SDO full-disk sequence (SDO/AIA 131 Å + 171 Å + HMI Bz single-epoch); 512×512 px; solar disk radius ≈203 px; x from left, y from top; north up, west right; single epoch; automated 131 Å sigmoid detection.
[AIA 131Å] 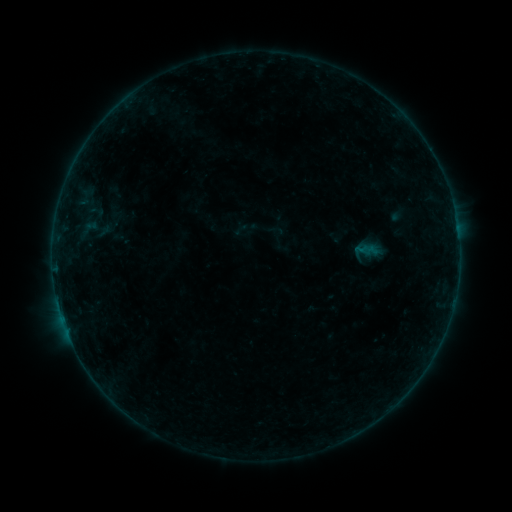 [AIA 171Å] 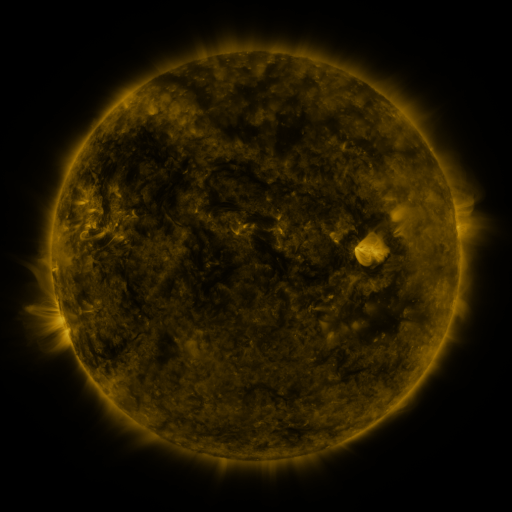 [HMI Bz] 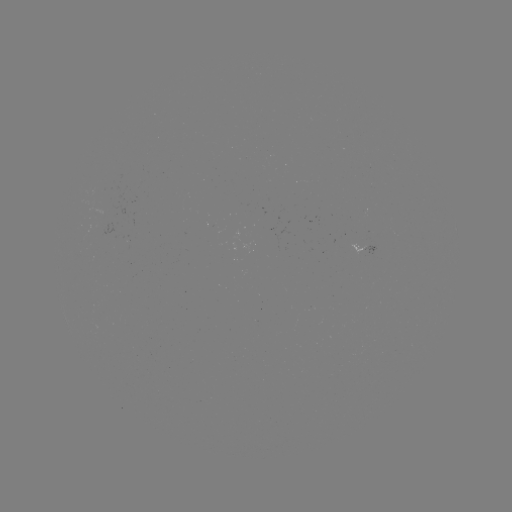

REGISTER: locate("sigmoid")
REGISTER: [245, 228]